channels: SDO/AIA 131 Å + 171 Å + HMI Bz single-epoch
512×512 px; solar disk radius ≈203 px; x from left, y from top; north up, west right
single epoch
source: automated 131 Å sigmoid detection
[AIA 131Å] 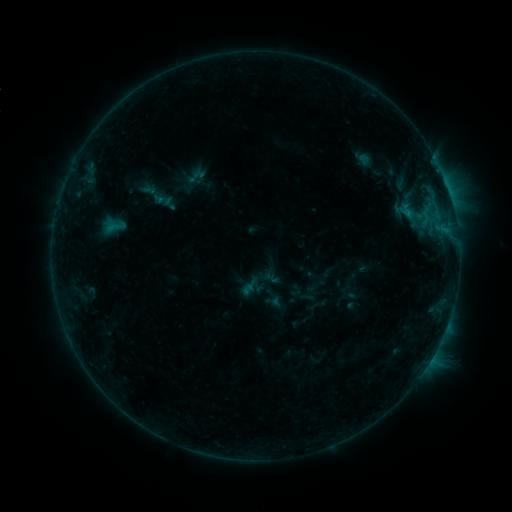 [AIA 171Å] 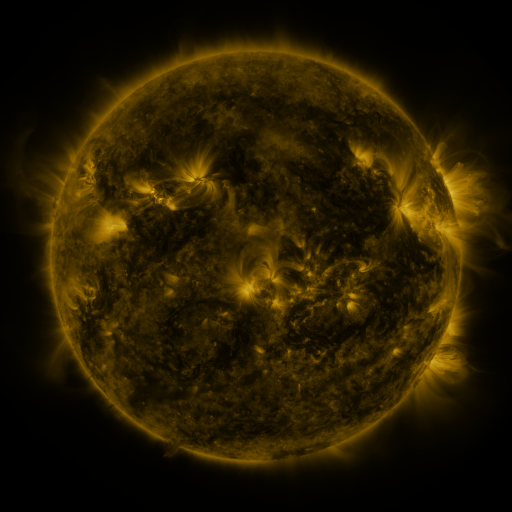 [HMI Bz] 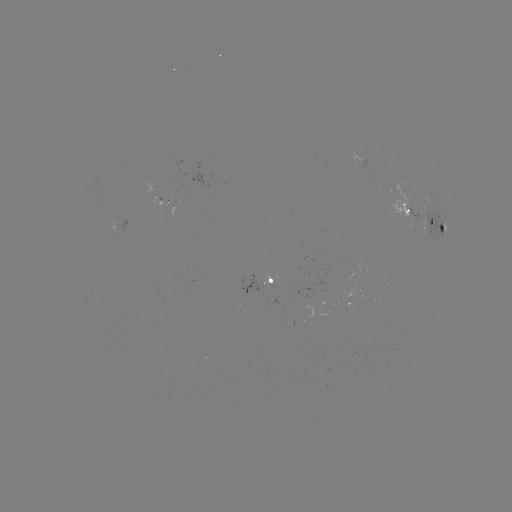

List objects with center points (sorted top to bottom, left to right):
sigmoid: (171, 171, 198, 198)
